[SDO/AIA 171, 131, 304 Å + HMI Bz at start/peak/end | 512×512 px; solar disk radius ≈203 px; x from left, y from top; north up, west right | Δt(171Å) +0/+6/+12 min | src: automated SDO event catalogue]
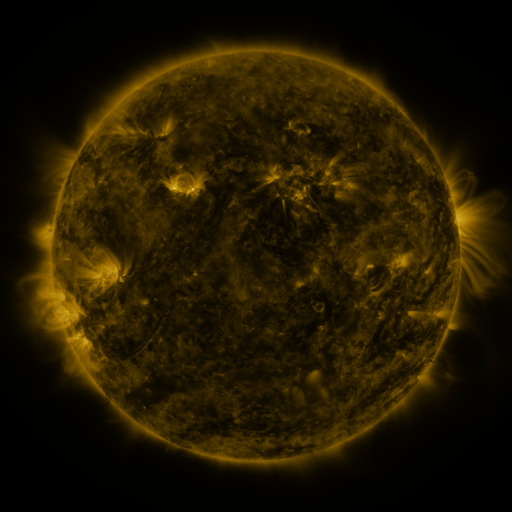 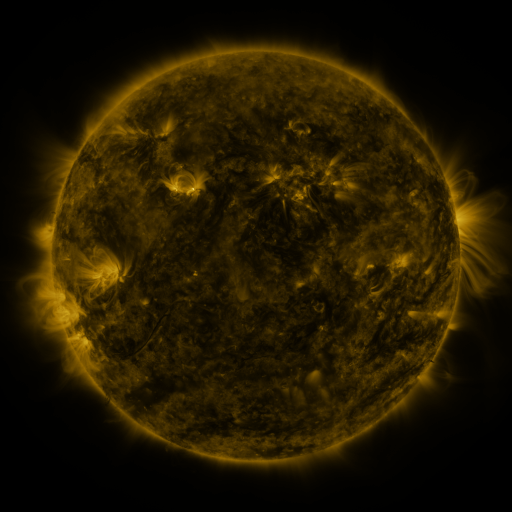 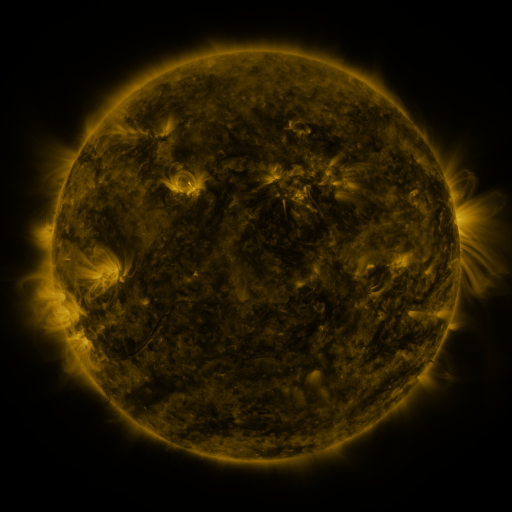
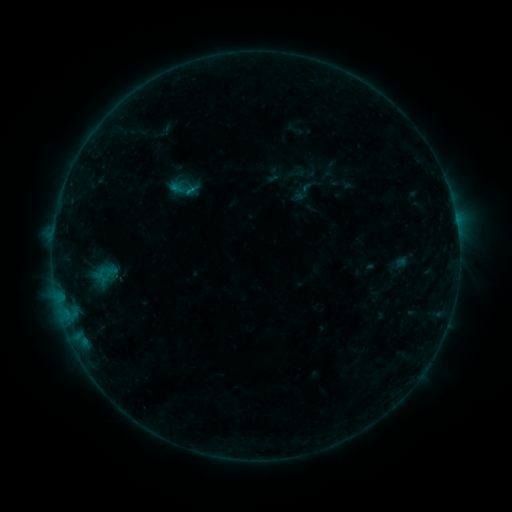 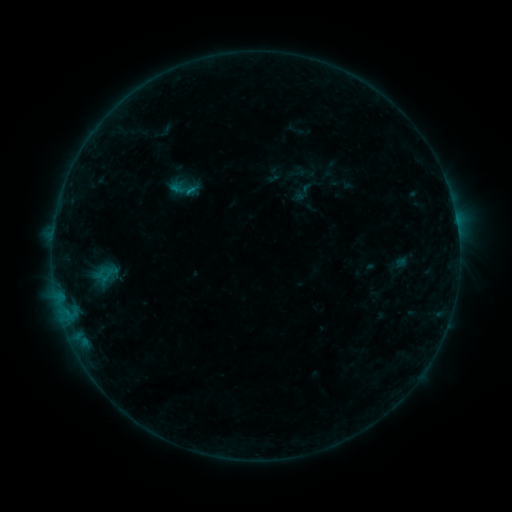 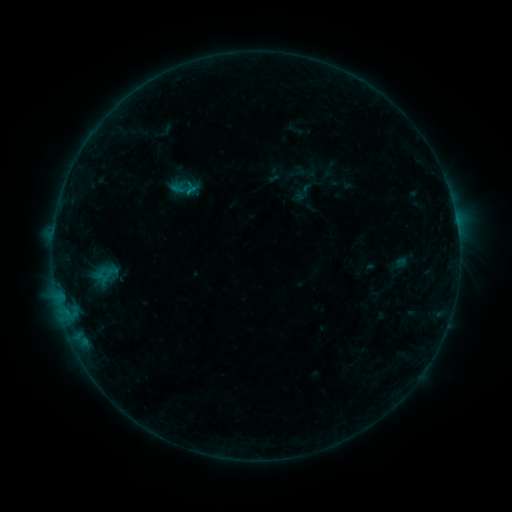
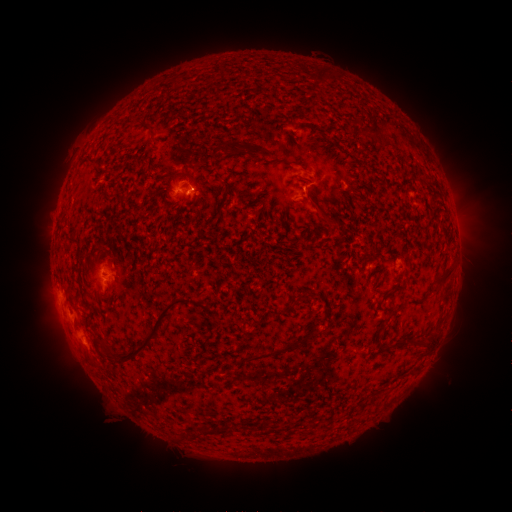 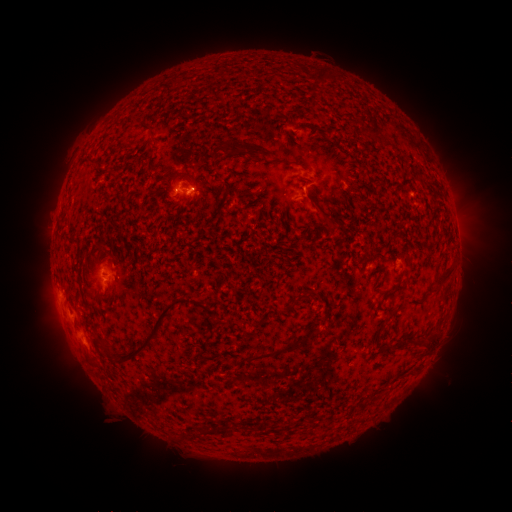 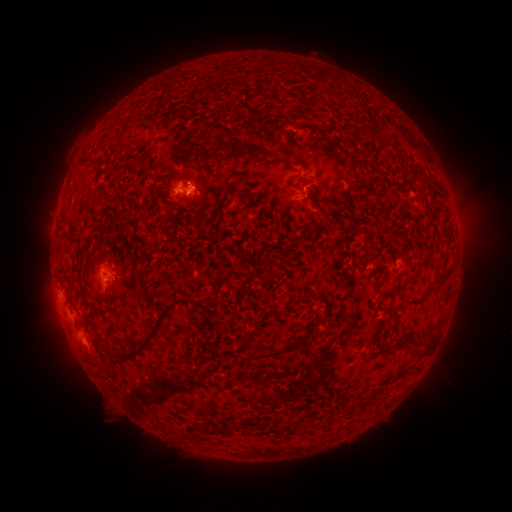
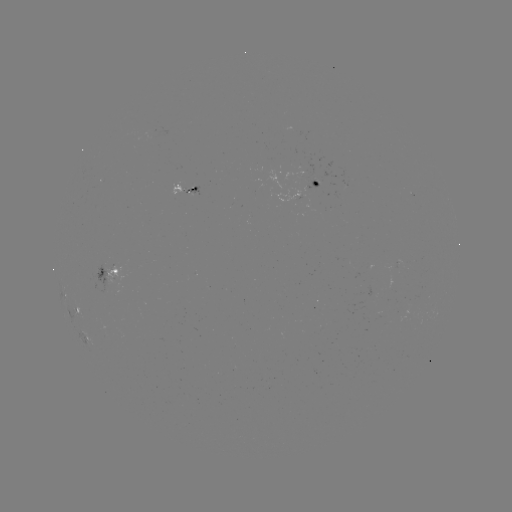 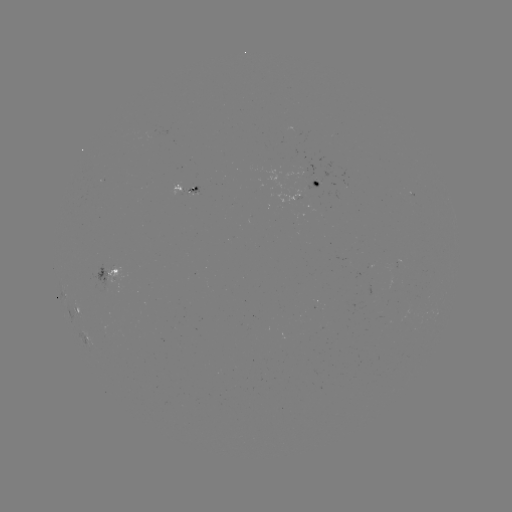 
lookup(B5.5 flare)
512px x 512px [197, 187]